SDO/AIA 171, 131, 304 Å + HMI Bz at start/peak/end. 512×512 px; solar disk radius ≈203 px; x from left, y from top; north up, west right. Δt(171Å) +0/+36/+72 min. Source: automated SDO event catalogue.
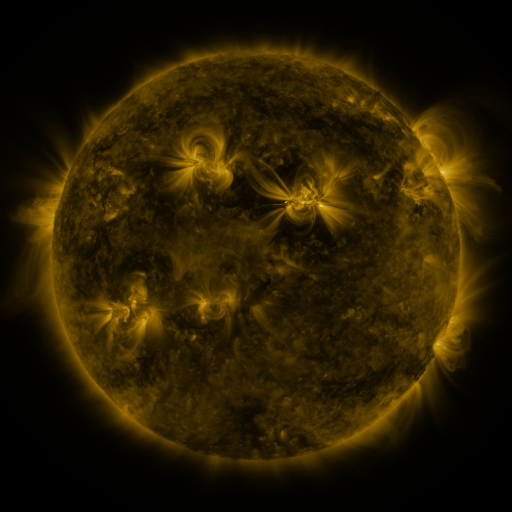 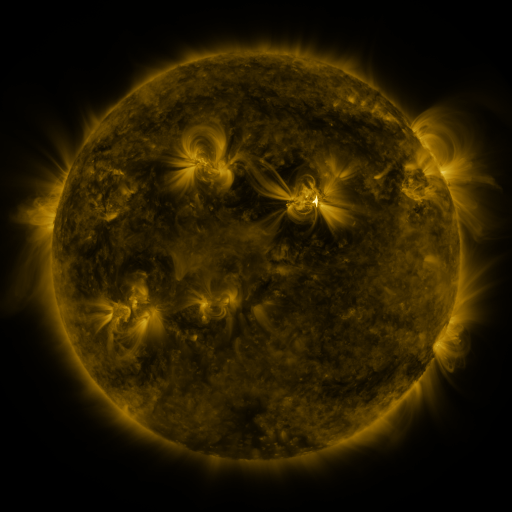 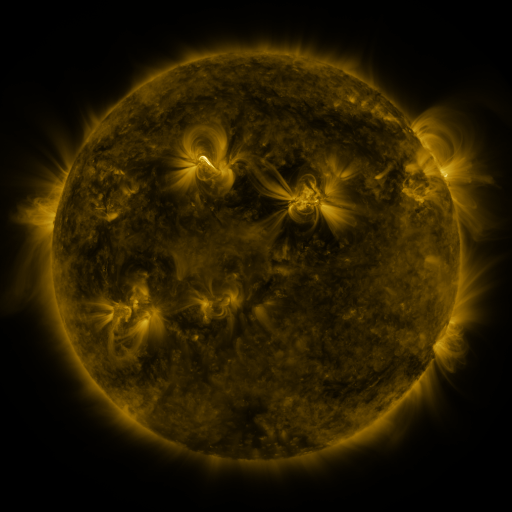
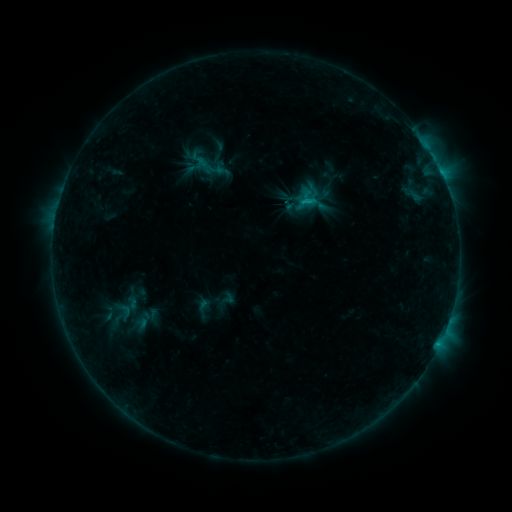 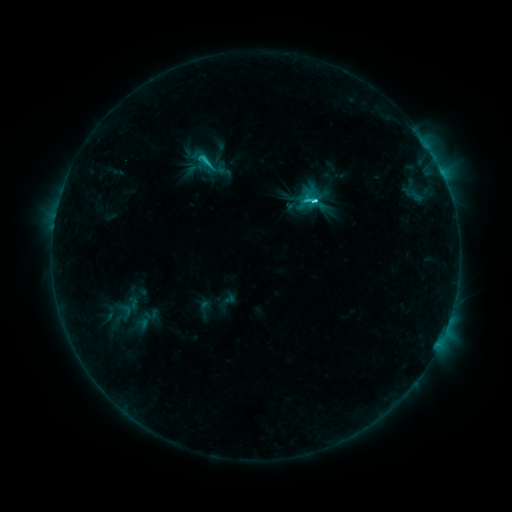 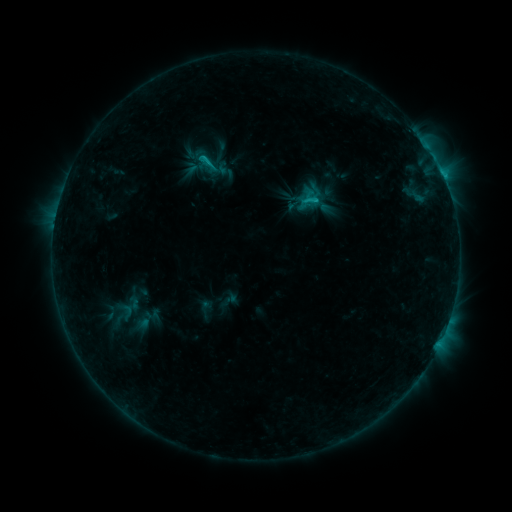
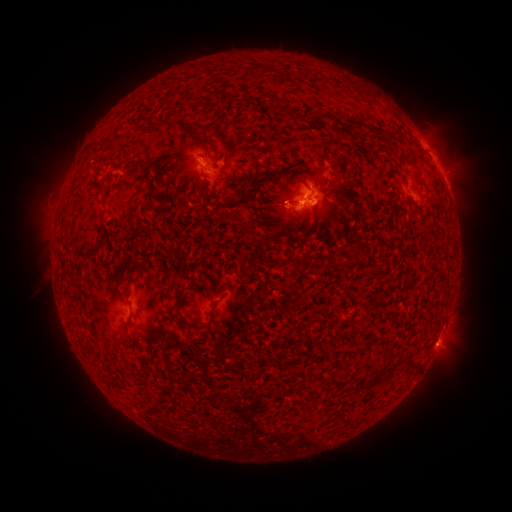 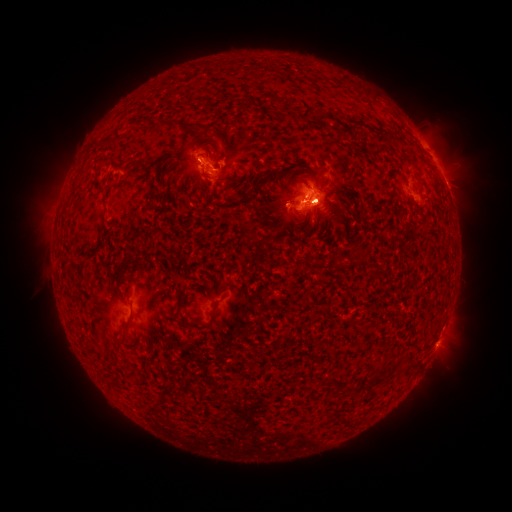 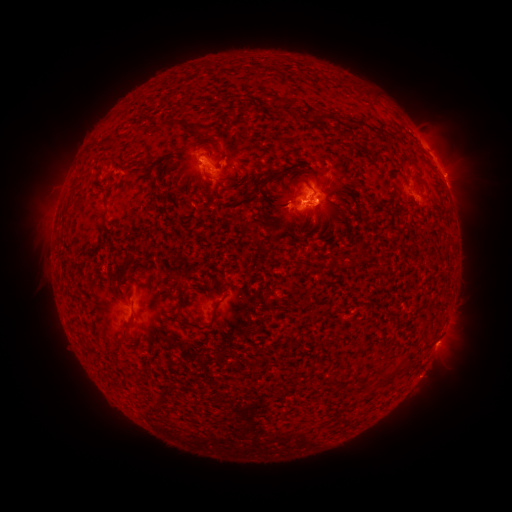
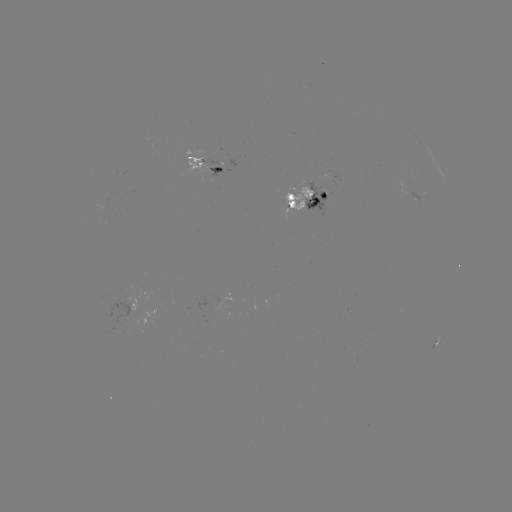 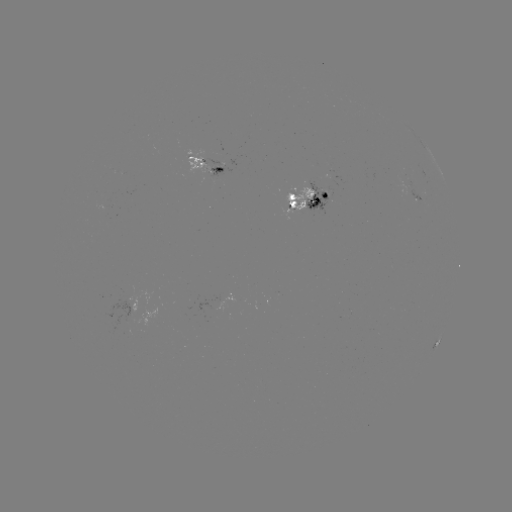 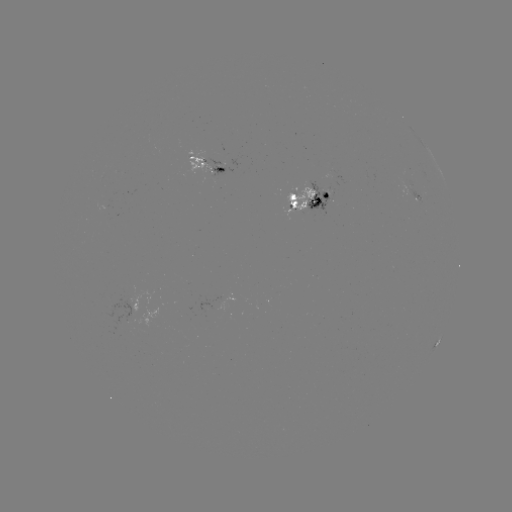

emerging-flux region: <bbox>208, 168, 223, 175</bbox>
